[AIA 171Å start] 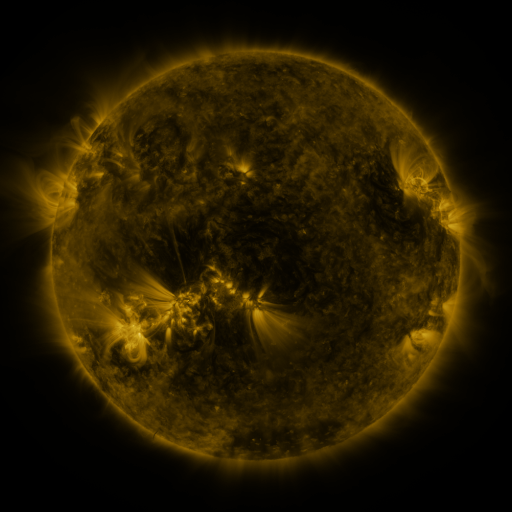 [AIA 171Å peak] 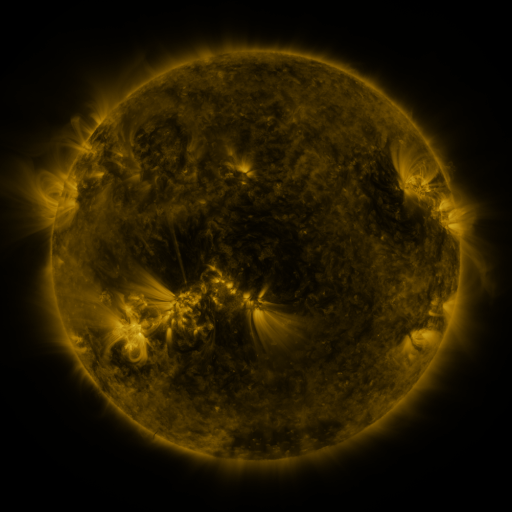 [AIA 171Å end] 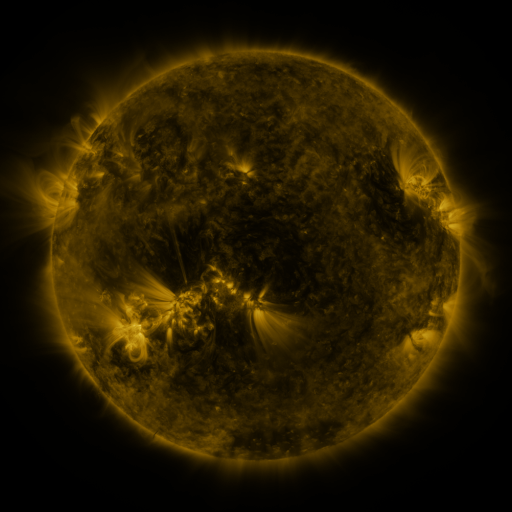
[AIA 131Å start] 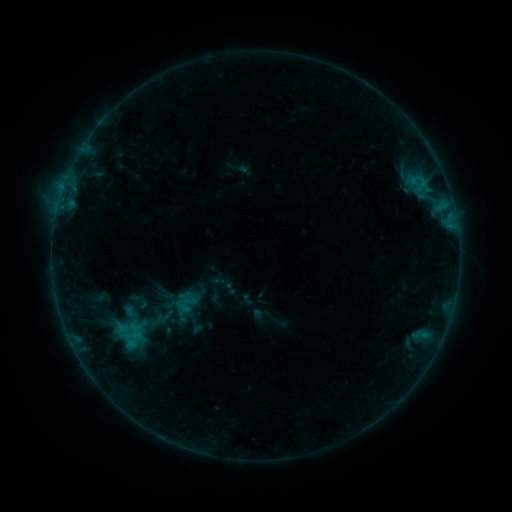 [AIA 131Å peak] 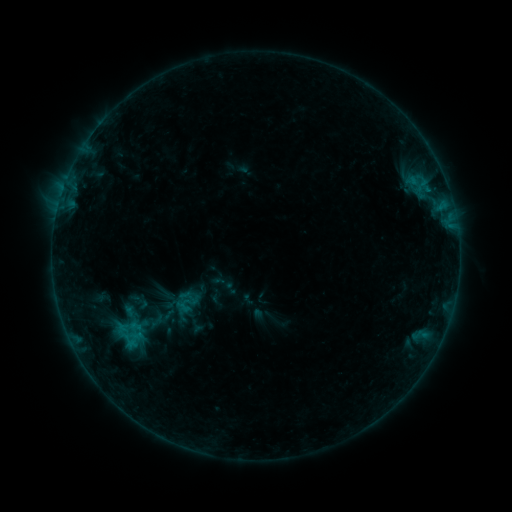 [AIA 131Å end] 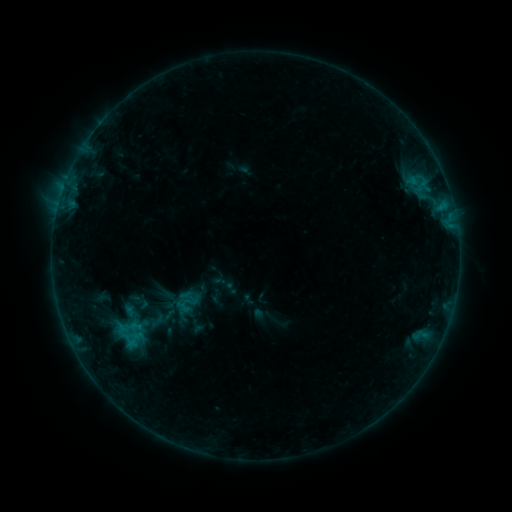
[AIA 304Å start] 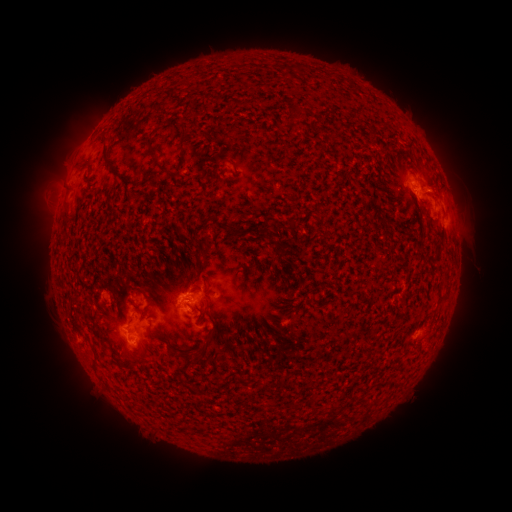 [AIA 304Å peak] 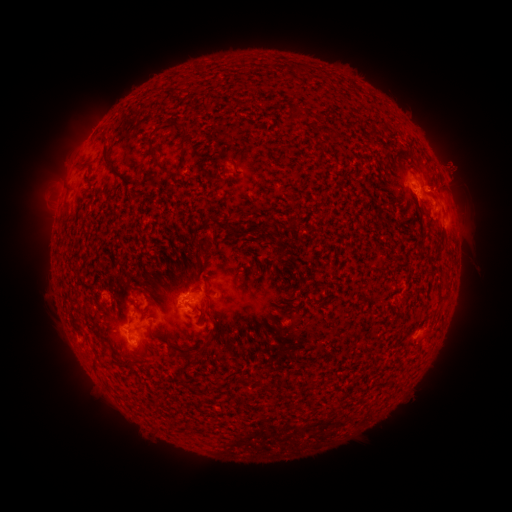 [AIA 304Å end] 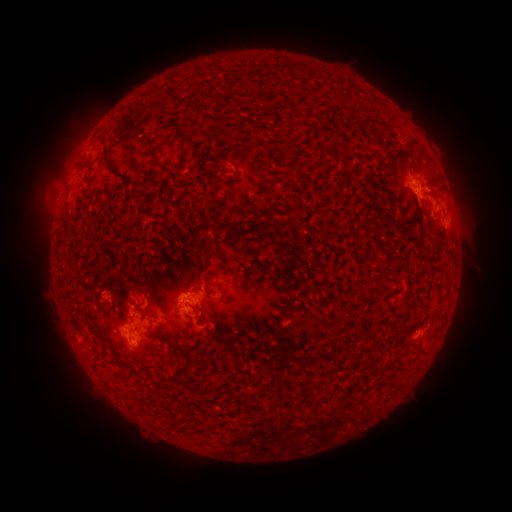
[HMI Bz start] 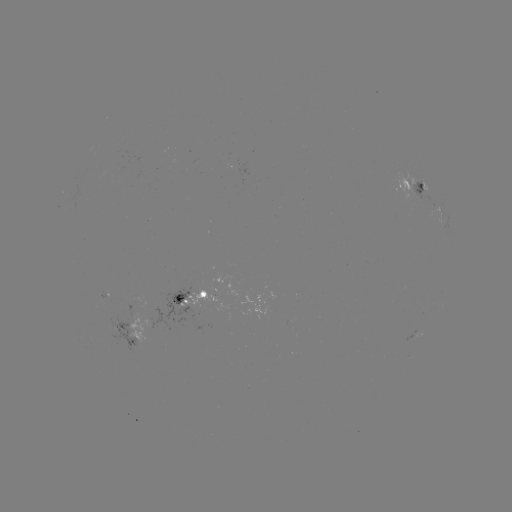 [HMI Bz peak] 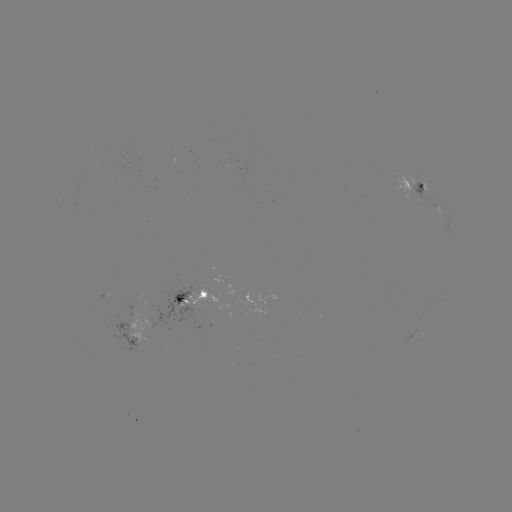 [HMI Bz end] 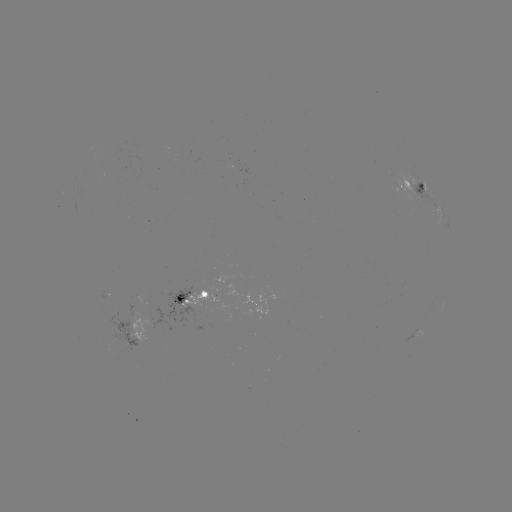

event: eruption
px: (455, 167)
